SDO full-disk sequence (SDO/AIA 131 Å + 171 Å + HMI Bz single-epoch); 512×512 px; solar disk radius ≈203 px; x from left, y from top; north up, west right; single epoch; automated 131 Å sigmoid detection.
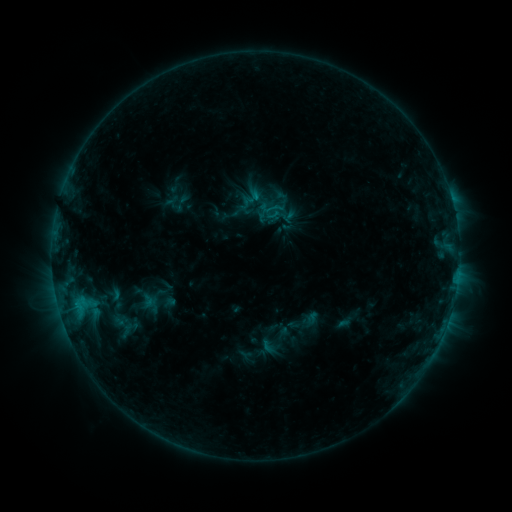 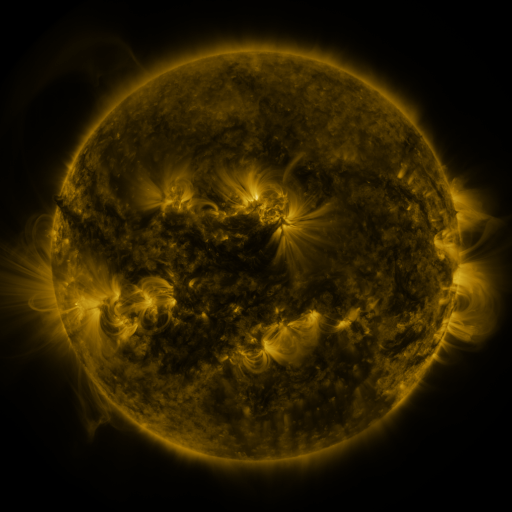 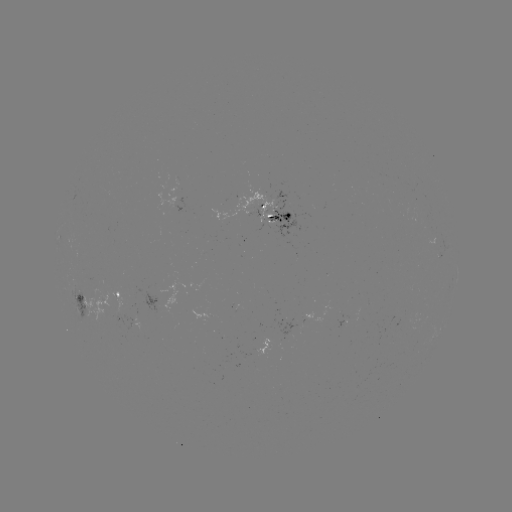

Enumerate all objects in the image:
sigmoid: (275, 208)
sigmoid: (121, 325)
